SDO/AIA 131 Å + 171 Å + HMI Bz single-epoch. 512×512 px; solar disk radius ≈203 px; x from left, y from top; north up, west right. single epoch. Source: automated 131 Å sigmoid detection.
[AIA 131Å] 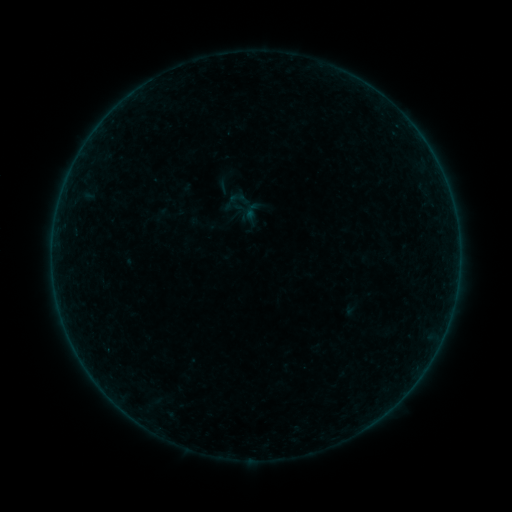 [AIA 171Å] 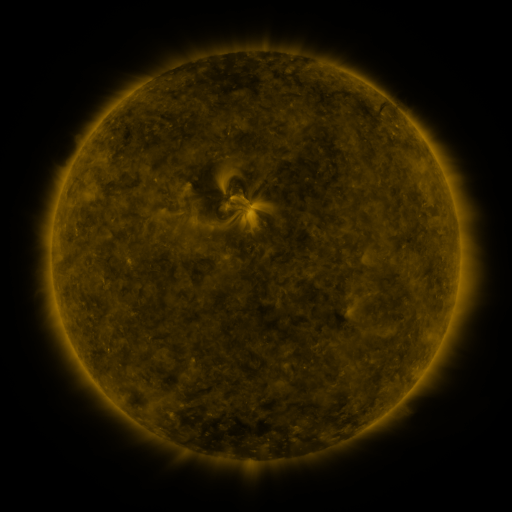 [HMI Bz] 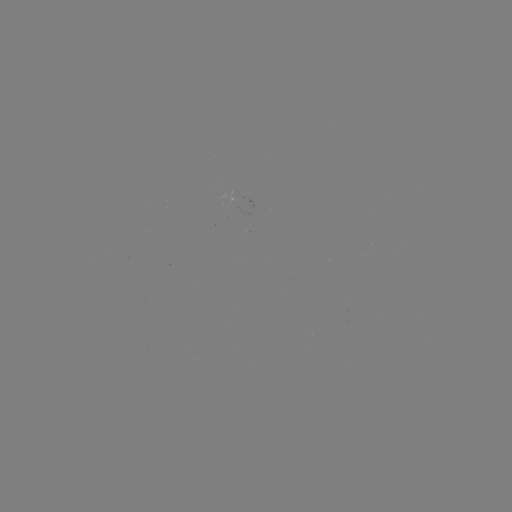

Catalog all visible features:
sigmoid: [241, 200, 263, 223]
